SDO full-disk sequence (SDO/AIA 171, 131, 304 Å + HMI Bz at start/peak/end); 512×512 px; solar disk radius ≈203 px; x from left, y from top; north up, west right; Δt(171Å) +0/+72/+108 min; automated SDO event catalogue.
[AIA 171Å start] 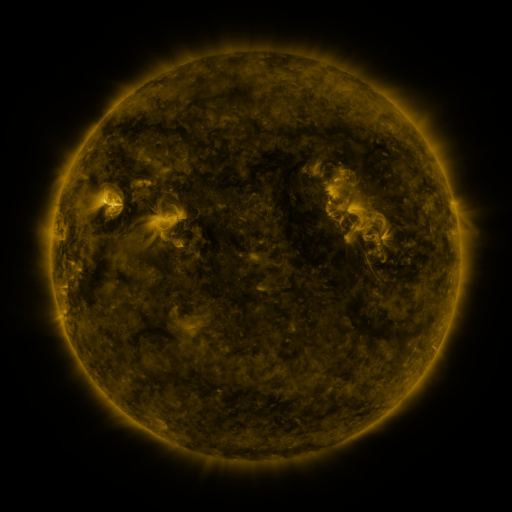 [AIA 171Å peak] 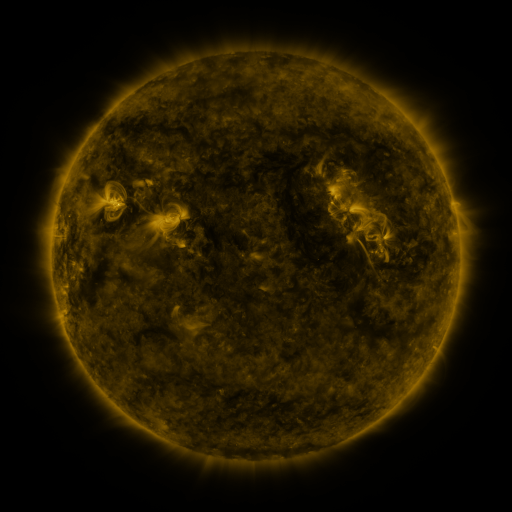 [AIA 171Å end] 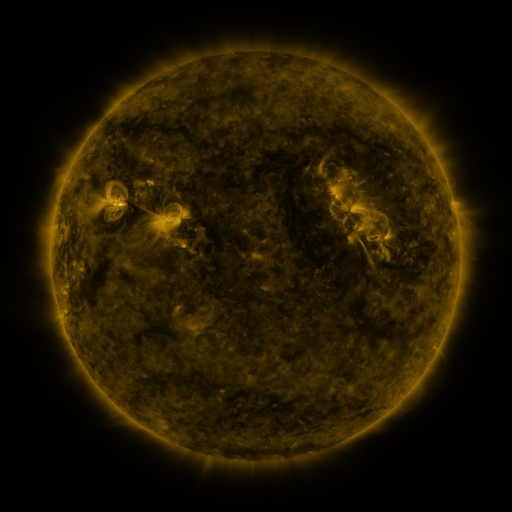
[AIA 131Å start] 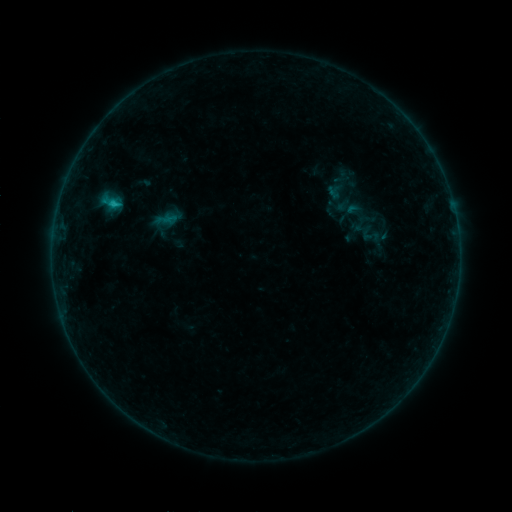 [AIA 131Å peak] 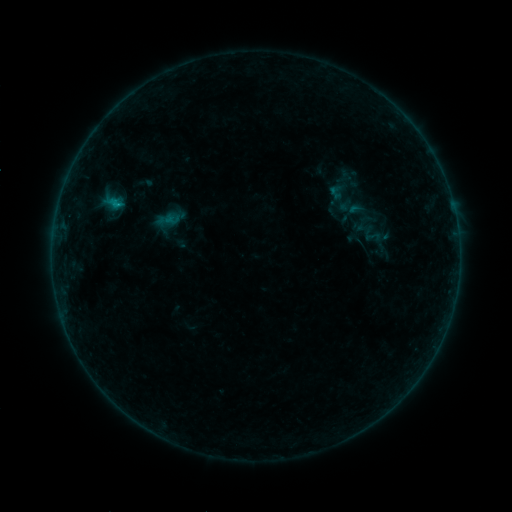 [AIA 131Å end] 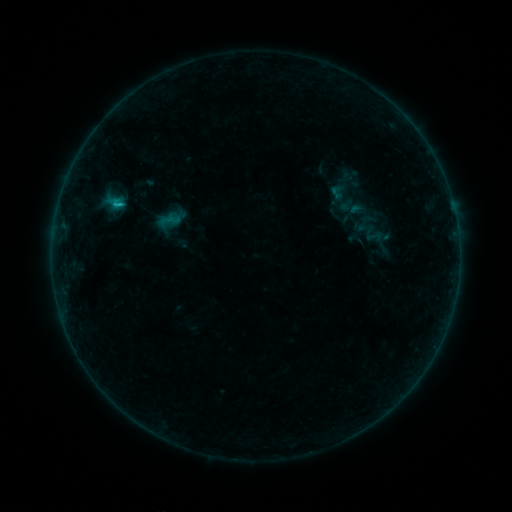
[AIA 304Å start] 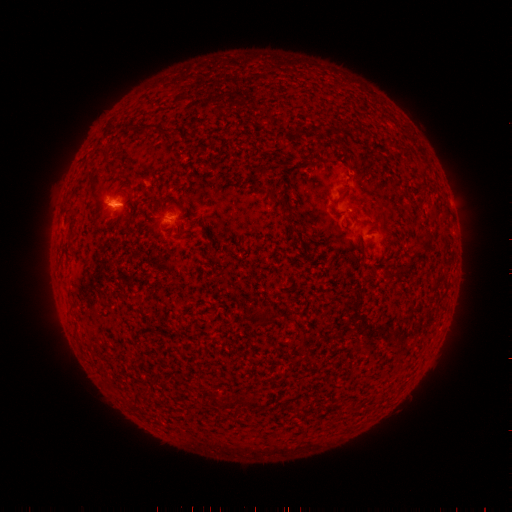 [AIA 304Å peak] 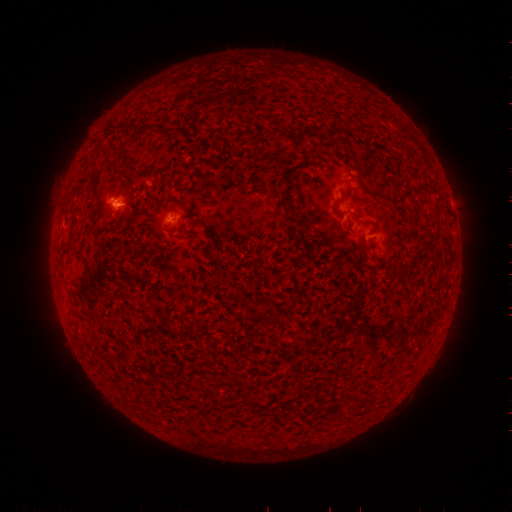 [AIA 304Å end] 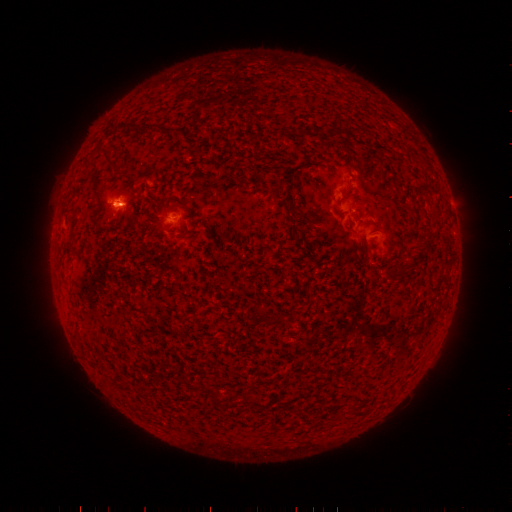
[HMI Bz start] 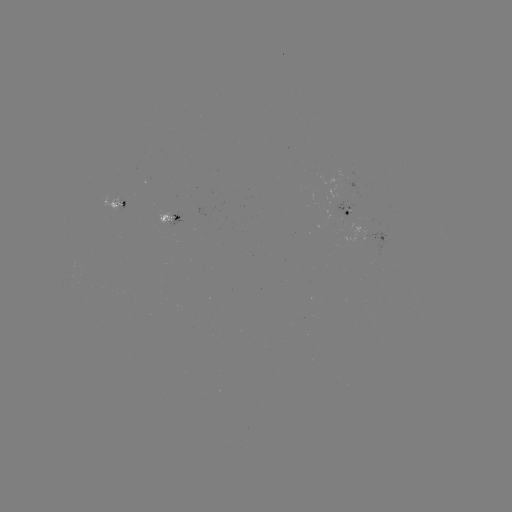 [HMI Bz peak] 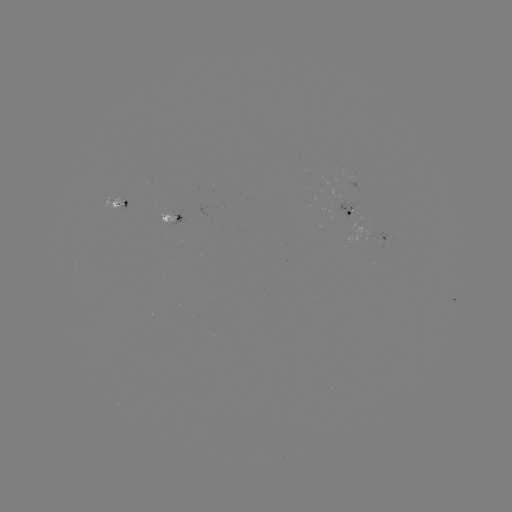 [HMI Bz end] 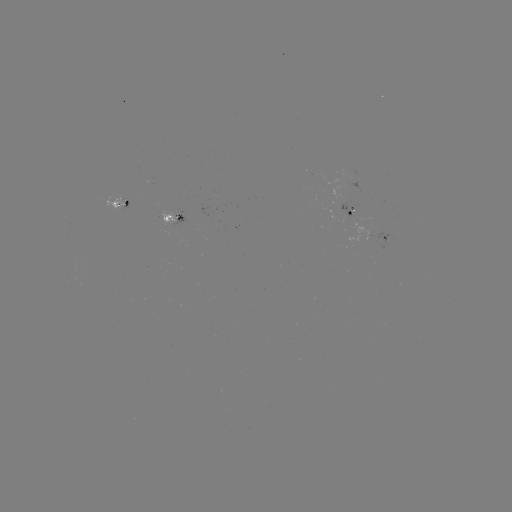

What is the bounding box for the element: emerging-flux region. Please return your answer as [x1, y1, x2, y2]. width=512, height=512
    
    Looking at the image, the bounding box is [159, 212, 175, 228].